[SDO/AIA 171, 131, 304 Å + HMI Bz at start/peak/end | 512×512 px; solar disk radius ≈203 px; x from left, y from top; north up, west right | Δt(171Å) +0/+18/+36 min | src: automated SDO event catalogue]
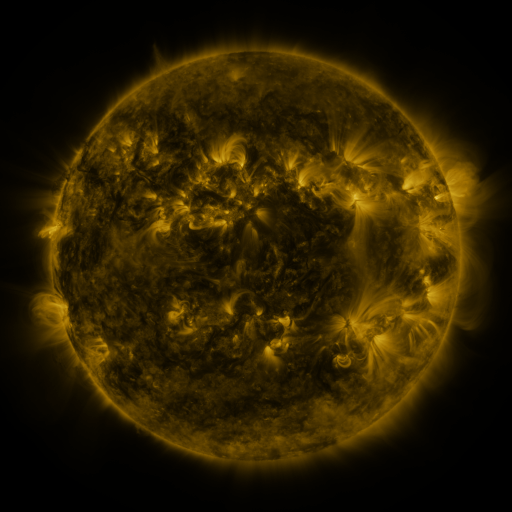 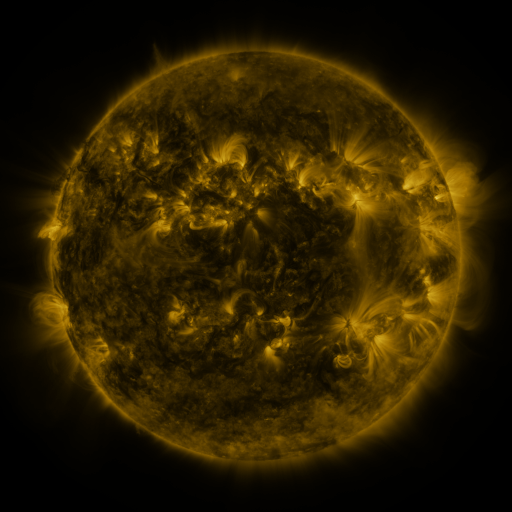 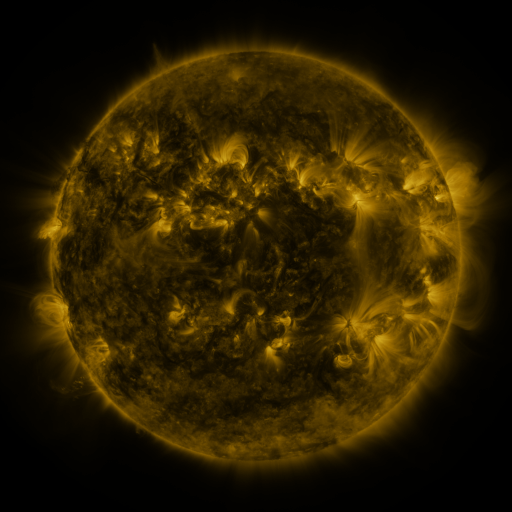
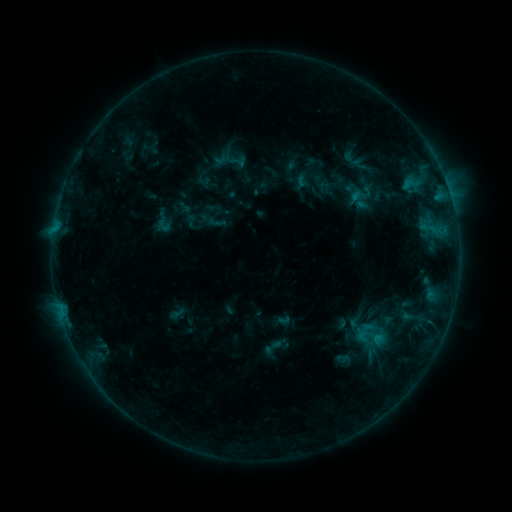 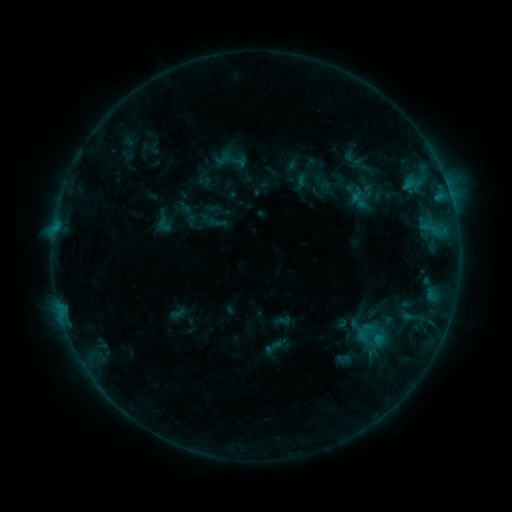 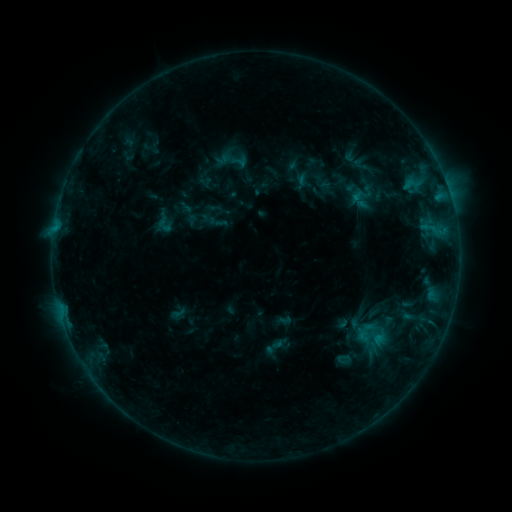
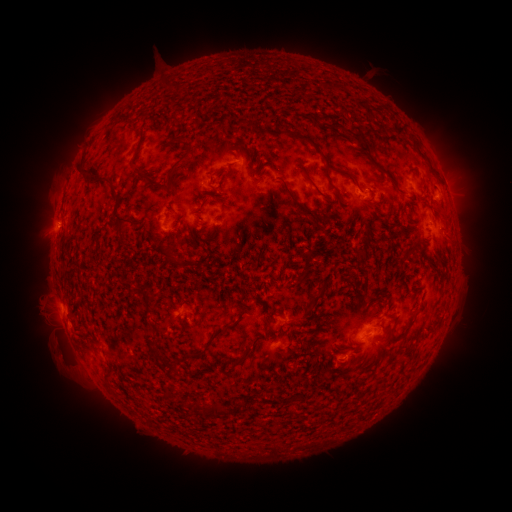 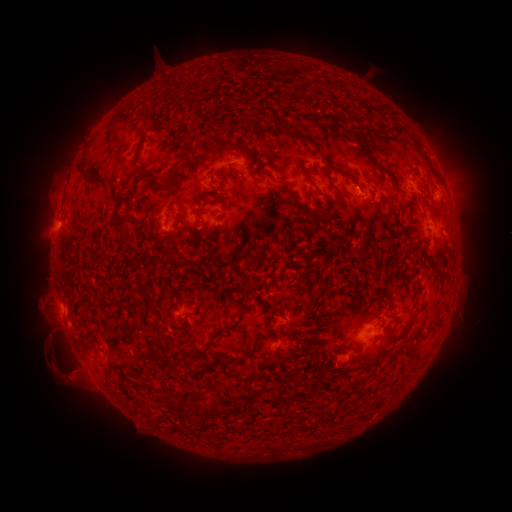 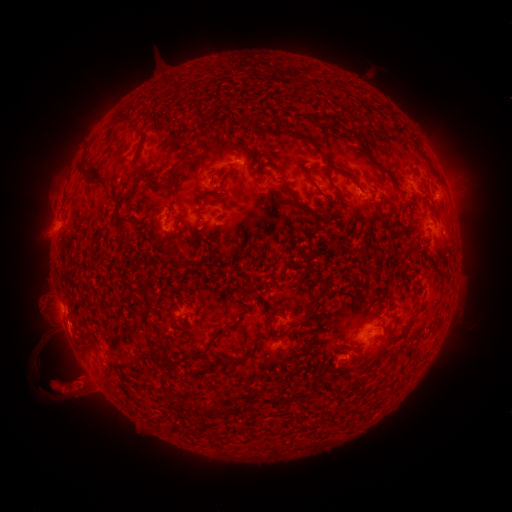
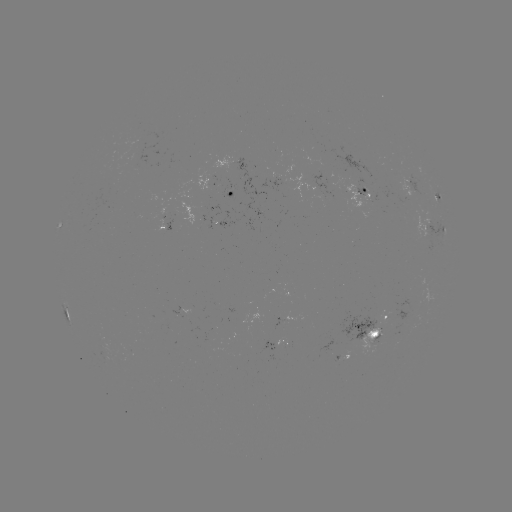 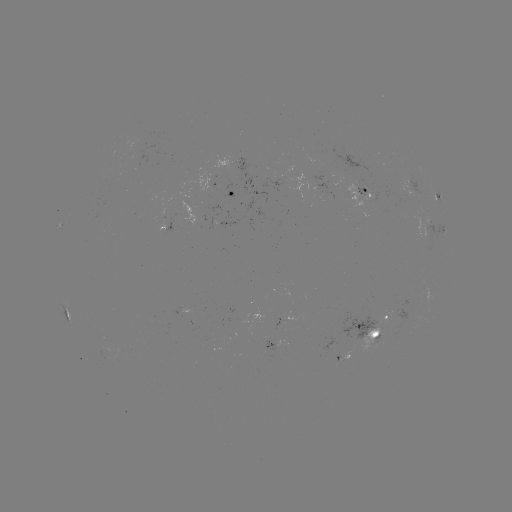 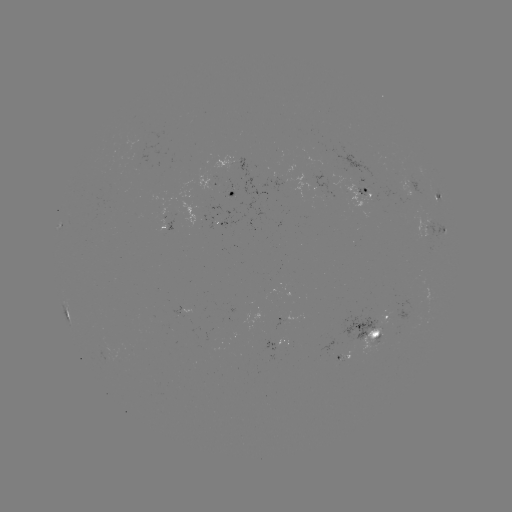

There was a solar eruption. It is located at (66, 371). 